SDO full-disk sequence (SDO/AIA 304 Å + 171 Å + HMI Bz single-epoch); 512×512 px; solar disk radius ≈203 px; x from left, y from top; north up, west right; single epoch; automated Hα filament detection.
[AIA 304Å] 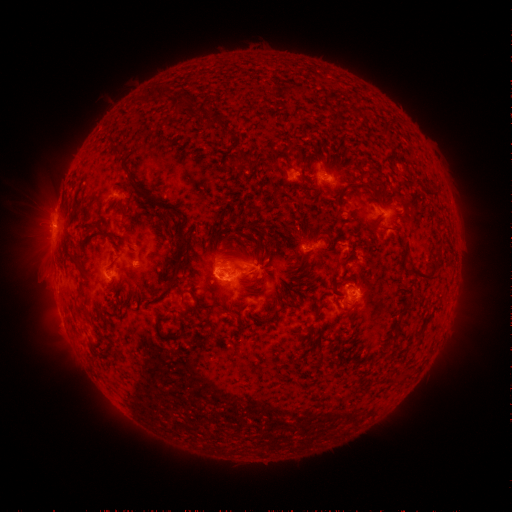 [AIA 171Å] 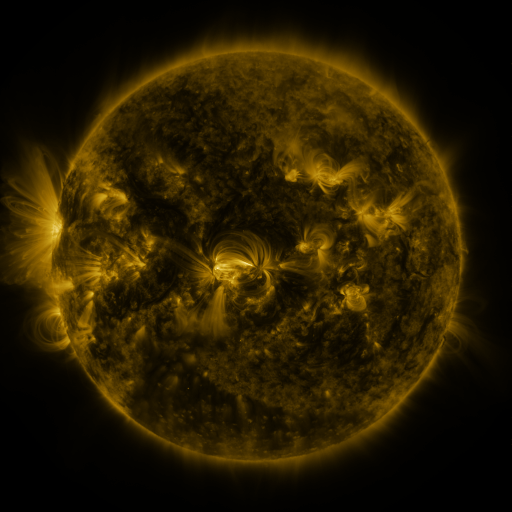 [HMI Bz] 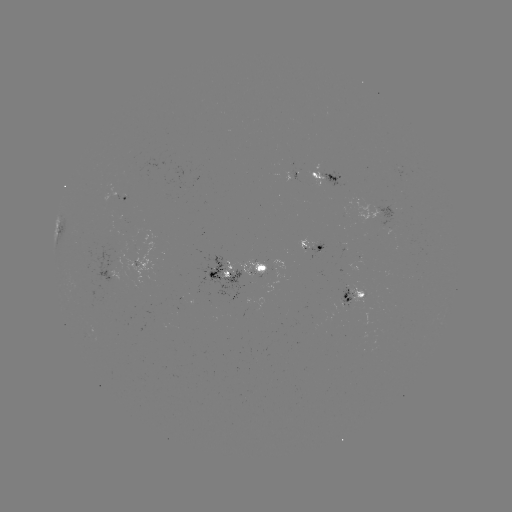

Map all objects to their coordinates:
filament: (161, 94)
filament: (210, 119)
filament: (116, 147)
filament: (245, 161)
filament: (254, 211)
filament: (128, 228)
filament: (181, 244)
filament: (71, 256)
filament: (423, 278)
filament: (174, 279)
filament: (78, 295)
filament: (208, 307)
filament: (158, 332)
filament: (399, 334)
